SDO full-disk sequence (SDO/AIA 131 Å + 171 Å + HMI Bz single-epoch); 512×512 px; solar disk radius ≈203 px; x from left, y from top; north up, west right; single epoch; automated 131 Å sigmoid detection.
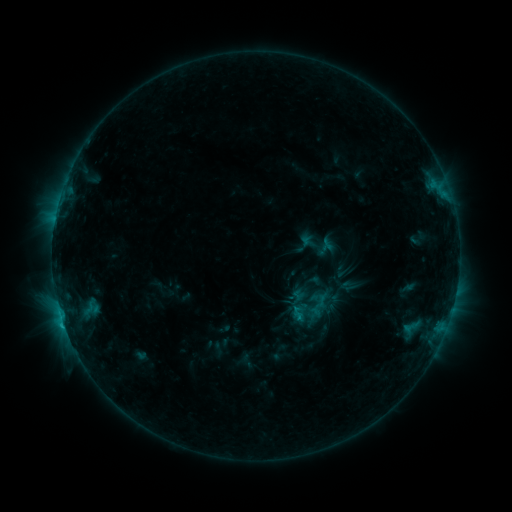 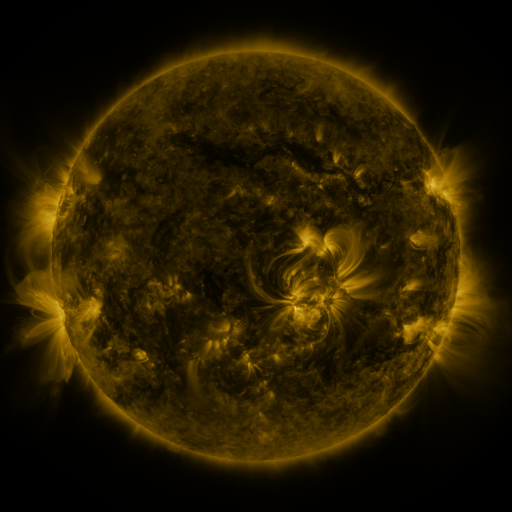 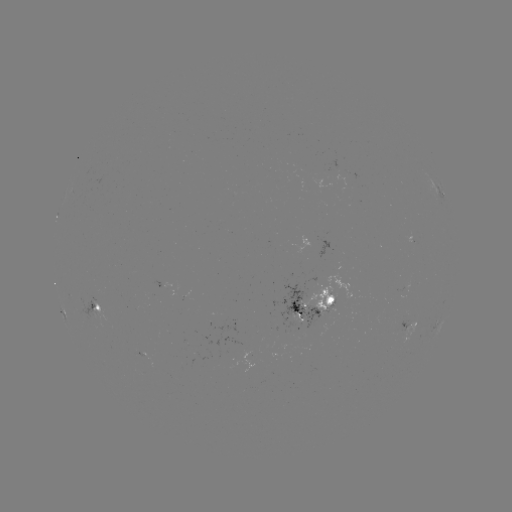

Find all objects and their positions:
sigmoid: (290, 304, 306, 321)
